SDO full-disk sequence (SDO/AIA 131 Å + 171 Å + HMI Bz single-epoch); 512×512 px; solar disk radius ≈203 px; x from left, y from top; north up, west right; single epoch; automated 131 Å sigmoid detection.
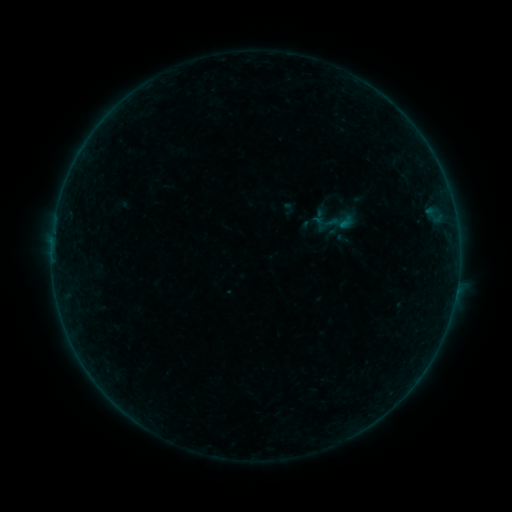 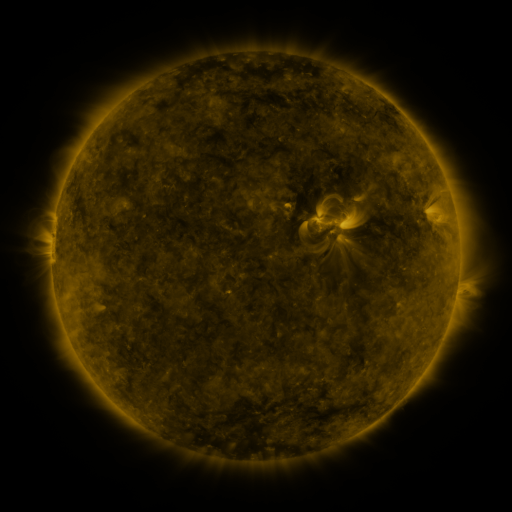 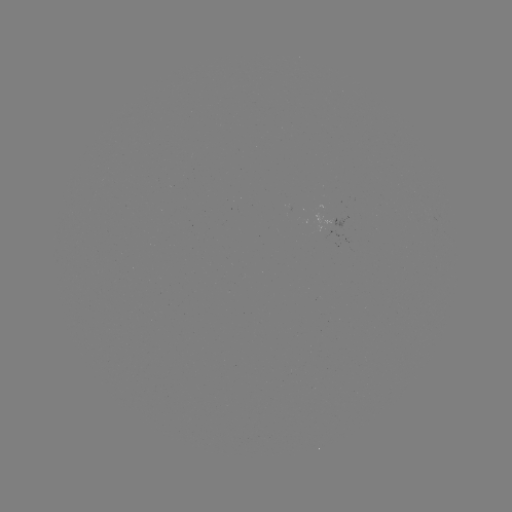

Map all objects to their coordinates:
sigmoid: (340, 222)
